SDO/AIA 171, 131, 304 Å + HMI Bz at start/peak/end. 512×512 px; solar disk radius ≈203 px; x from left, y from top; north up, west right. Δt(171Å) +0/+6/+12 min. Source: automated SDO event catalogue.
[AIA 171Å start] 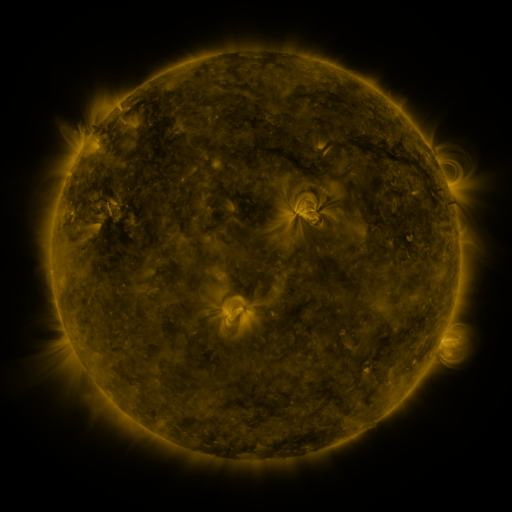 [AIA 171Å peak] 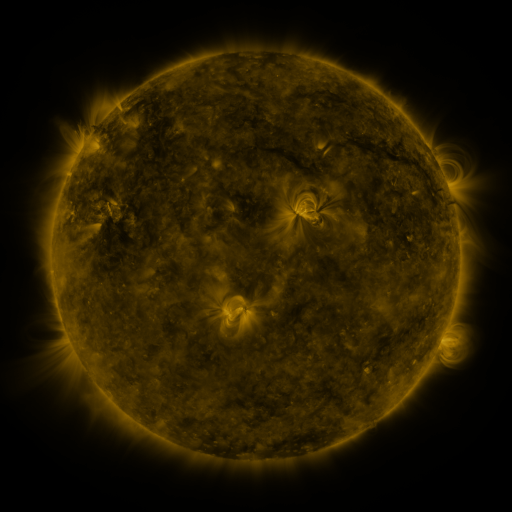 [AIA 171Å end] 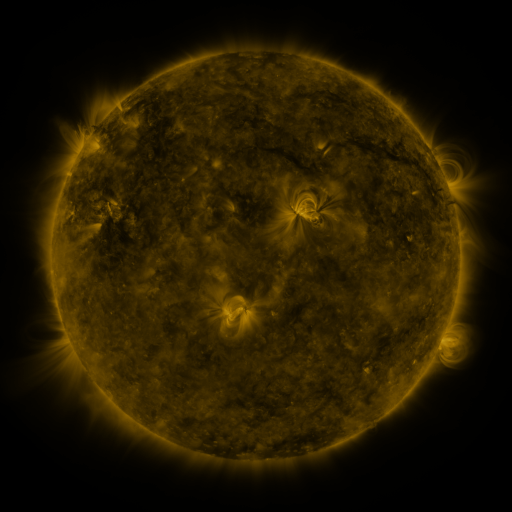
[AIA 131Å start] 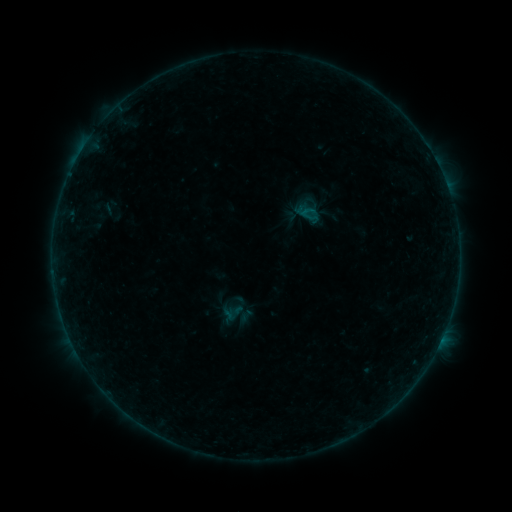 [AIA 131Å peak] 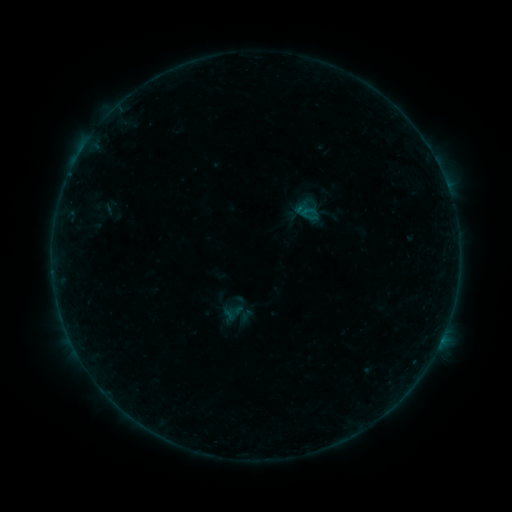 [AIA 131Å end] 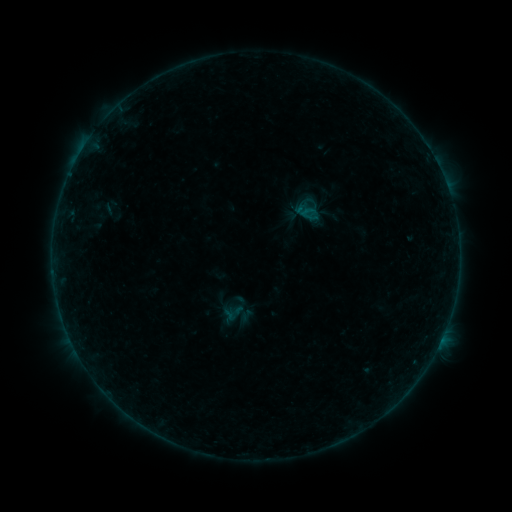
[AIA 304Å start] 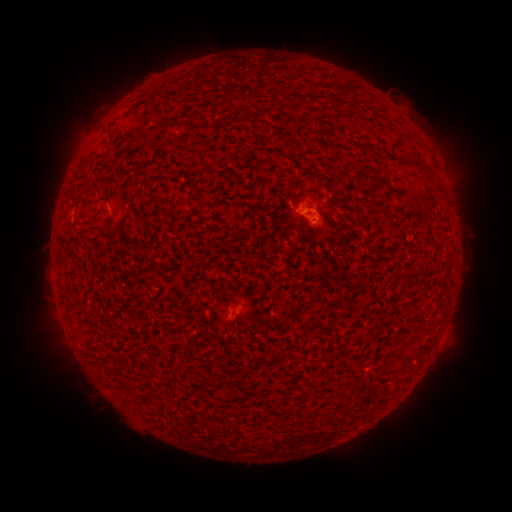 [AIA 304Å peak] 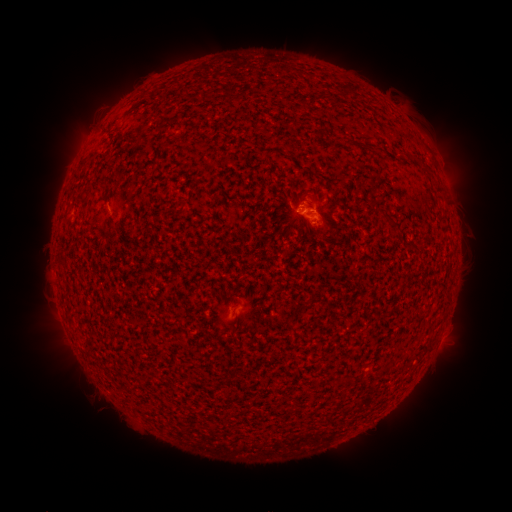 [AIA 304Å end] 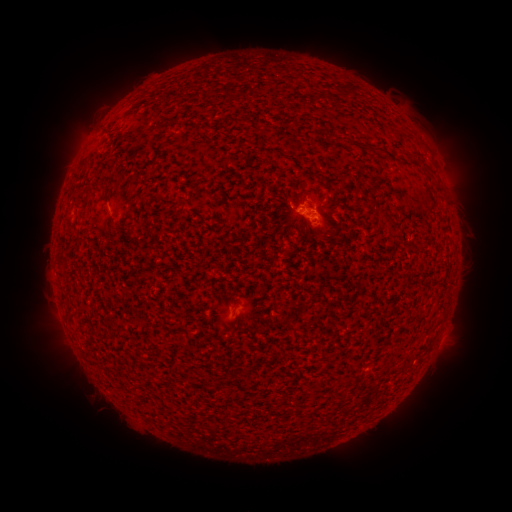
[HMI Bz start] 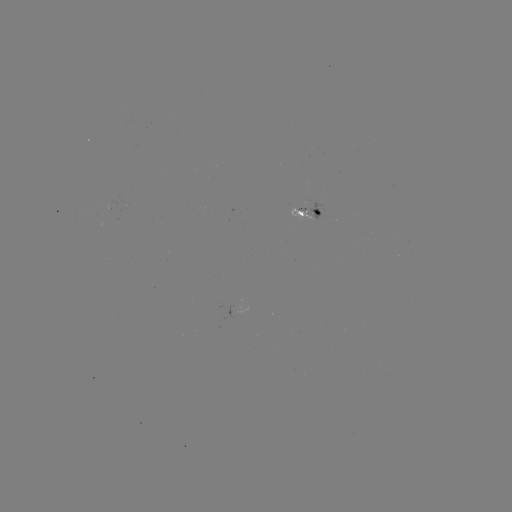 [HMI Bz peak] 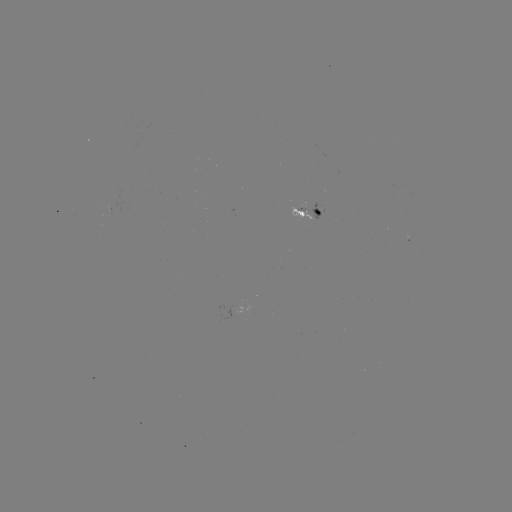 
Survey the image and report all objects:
B1.8 flare: (300, 213)
